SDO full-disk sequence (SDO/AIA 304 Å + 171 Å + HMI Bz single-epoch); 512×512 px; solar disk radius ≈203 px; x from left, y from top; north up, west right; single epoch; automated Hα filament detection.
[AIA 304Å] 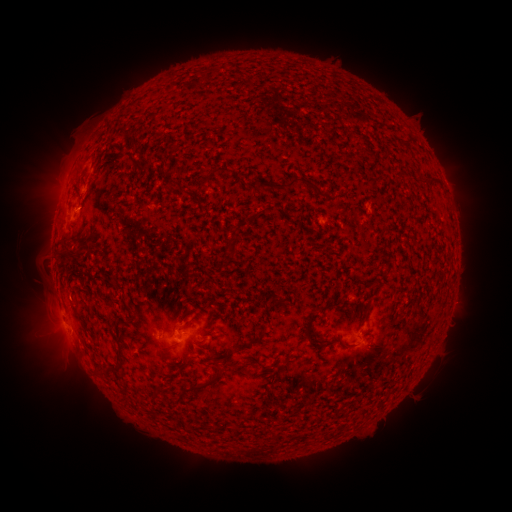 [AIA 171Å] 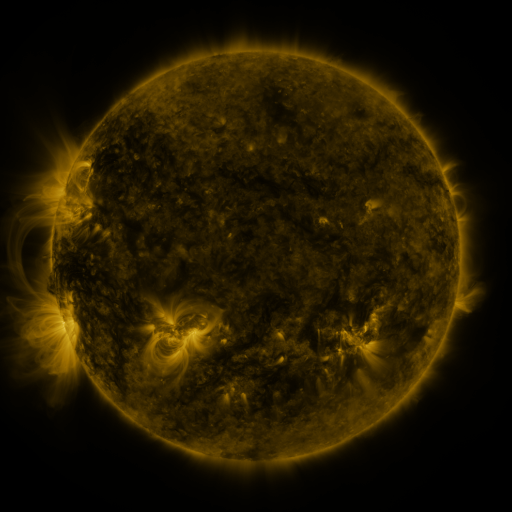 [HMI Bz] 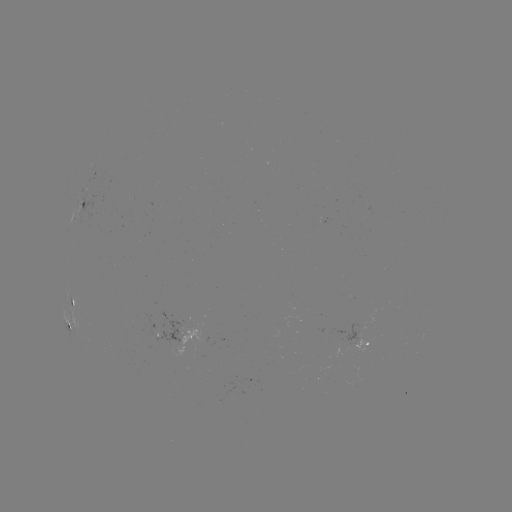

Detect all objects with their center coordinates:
filament: (172, 181)
filament: (293, 183)
filament: (261, 185)
filament: (231, 245)
filament: (63, 256)
filament: (308, 327)
filament: (117, 353)
filament: (210, 379)
